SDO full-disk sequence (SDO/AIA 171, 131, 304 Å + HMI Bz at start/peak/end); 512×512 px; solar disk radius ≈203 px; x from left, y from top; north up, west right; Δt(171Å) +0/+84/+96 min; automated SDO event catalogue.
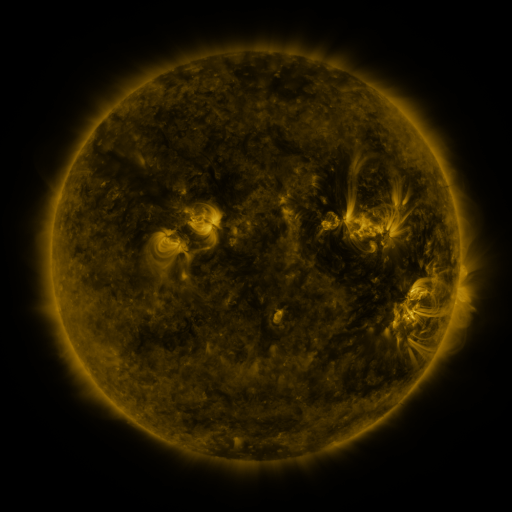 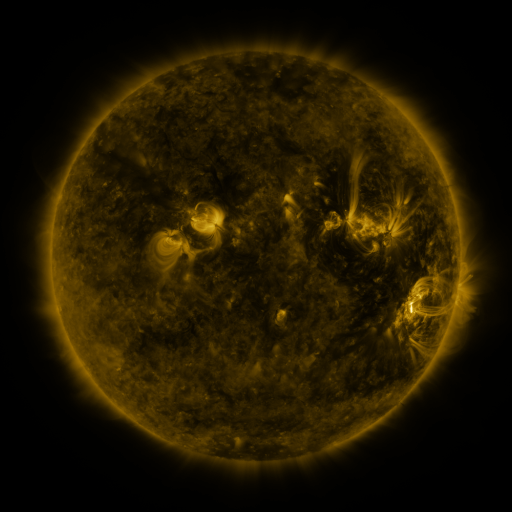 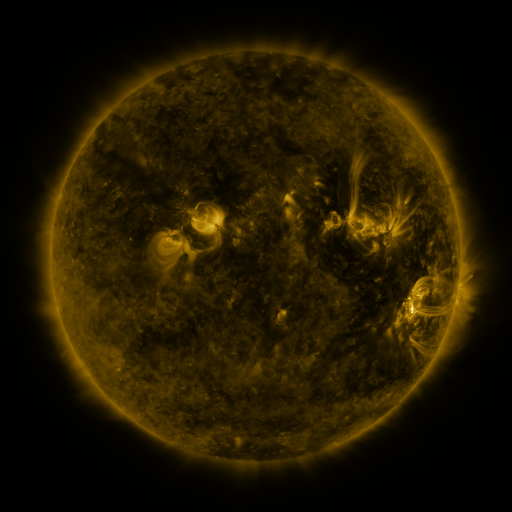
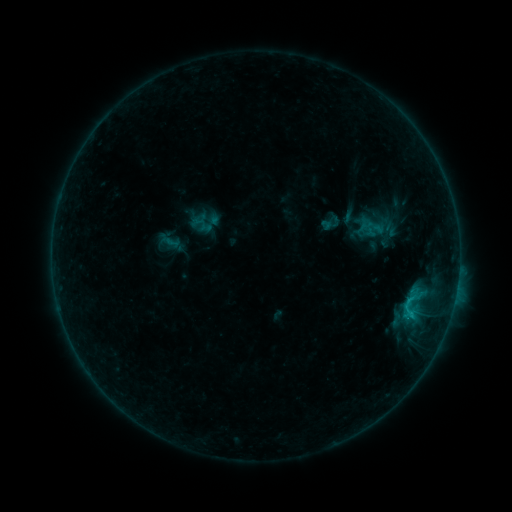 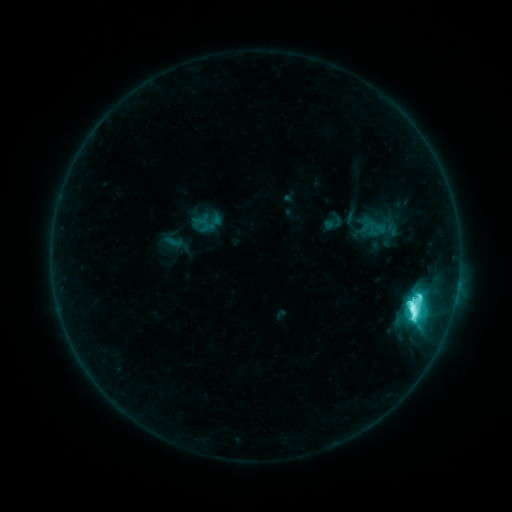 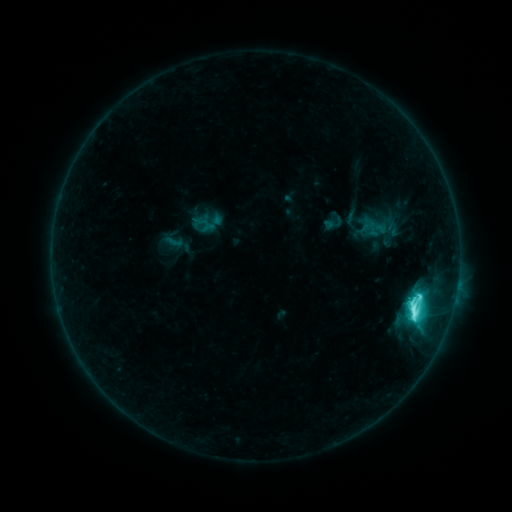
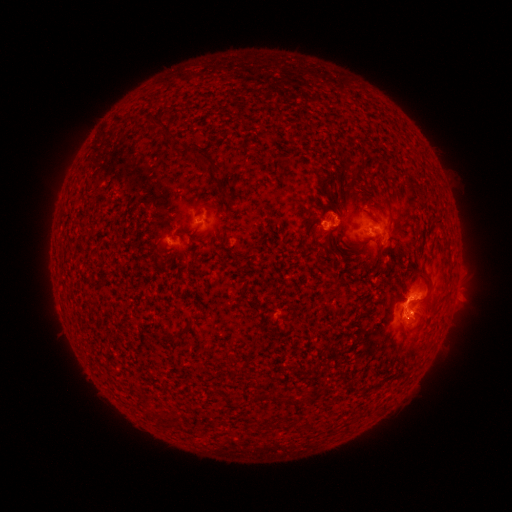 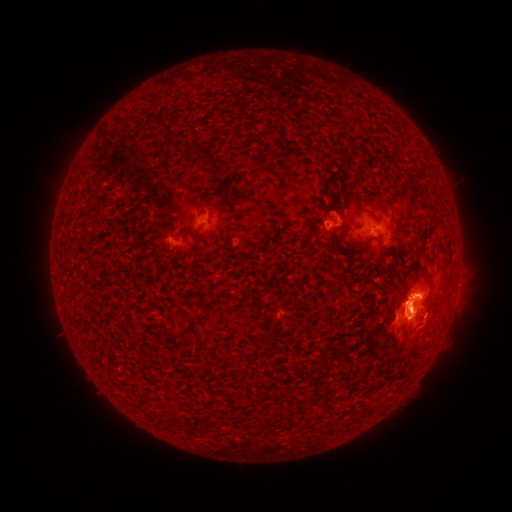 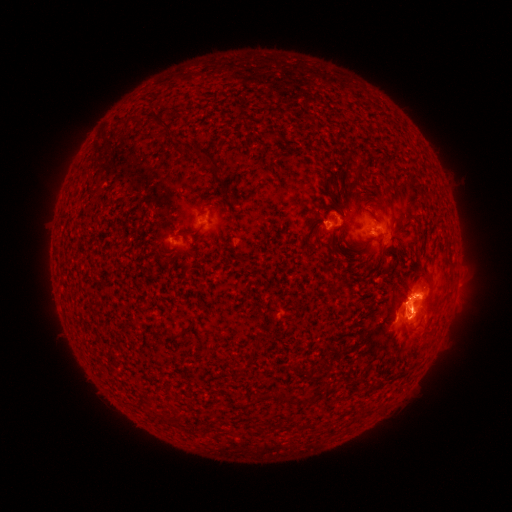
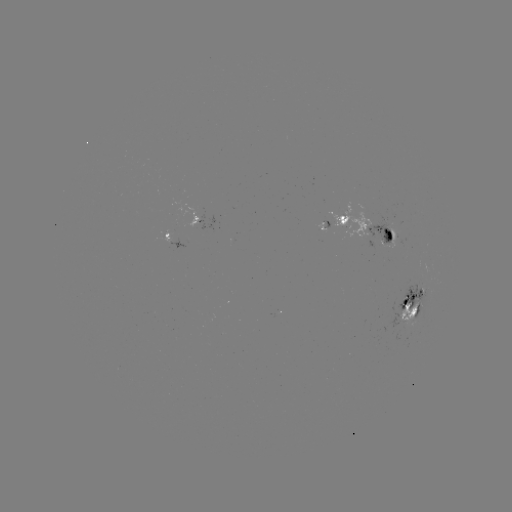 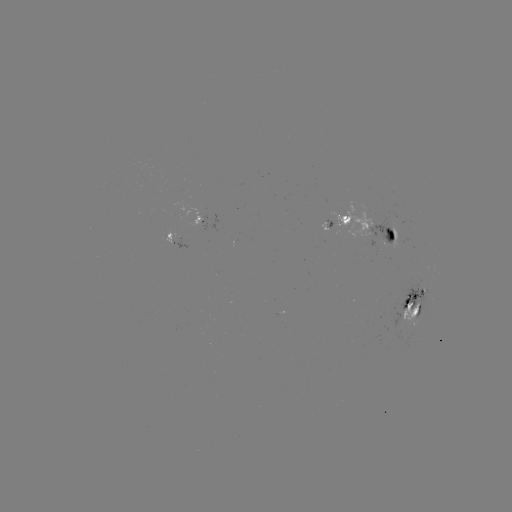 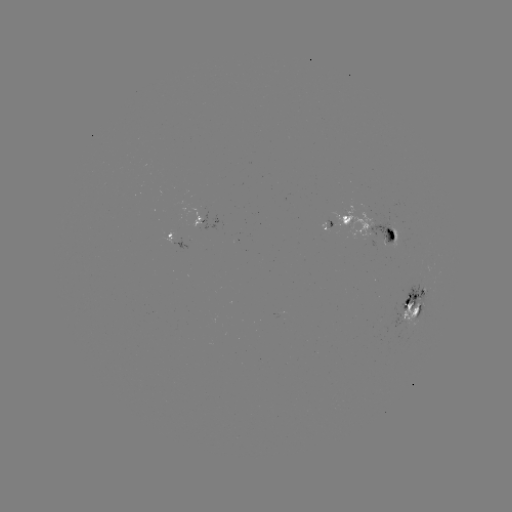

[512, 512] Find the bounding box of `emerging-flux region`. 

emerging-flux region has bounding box [366, 215, 397, 247].